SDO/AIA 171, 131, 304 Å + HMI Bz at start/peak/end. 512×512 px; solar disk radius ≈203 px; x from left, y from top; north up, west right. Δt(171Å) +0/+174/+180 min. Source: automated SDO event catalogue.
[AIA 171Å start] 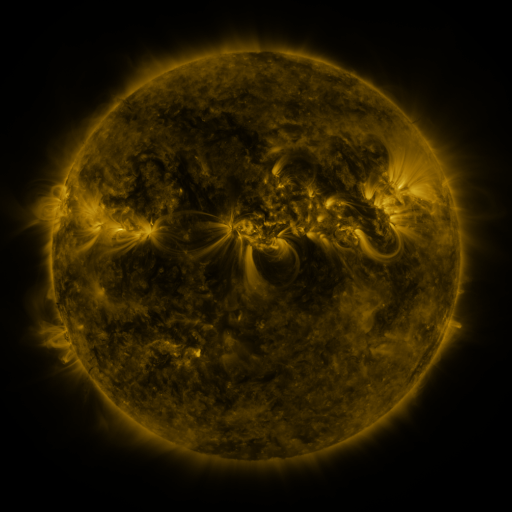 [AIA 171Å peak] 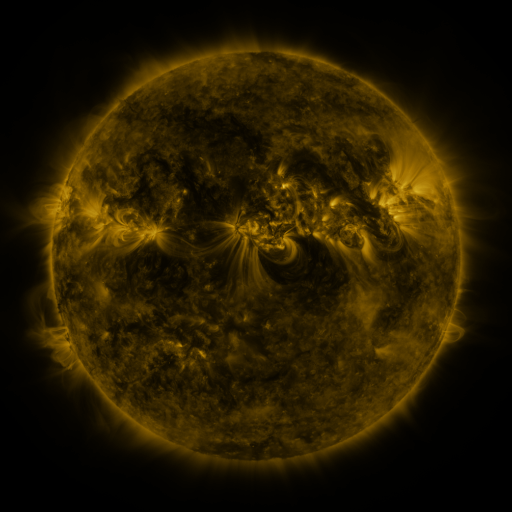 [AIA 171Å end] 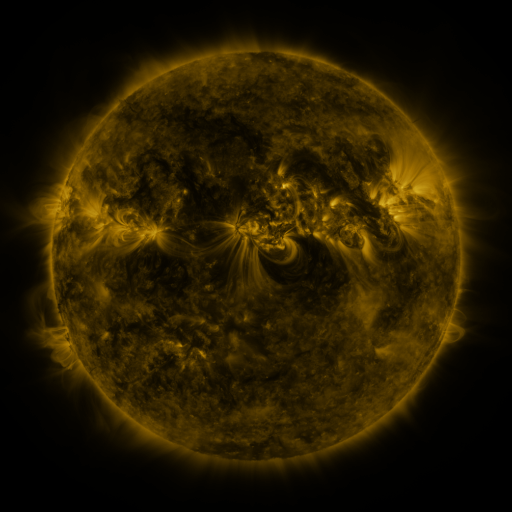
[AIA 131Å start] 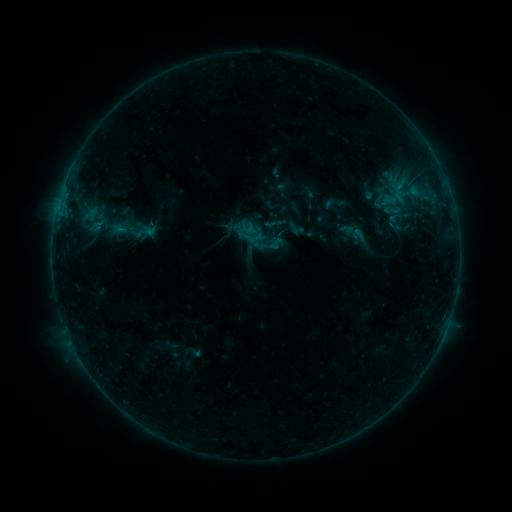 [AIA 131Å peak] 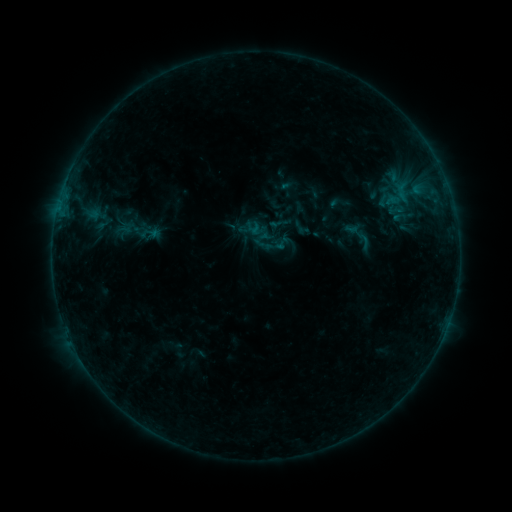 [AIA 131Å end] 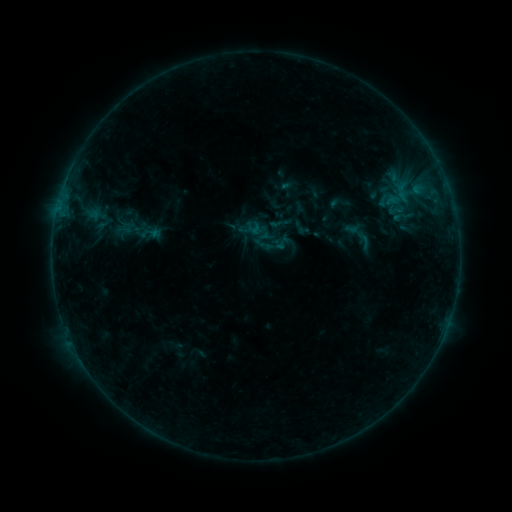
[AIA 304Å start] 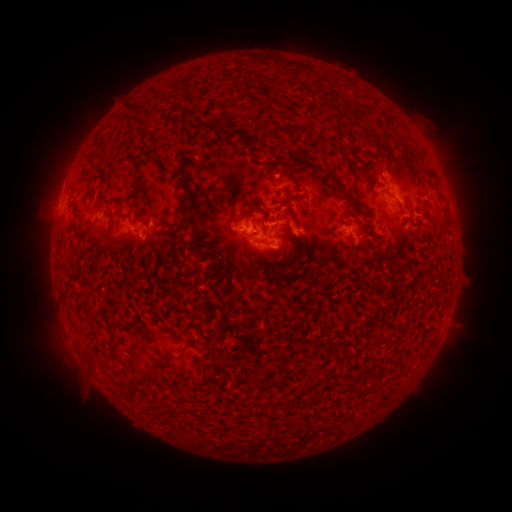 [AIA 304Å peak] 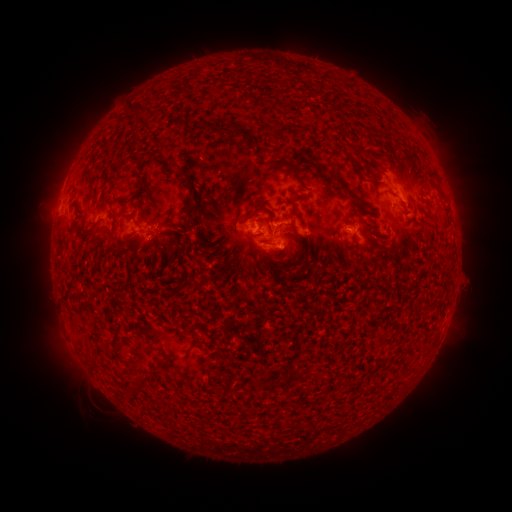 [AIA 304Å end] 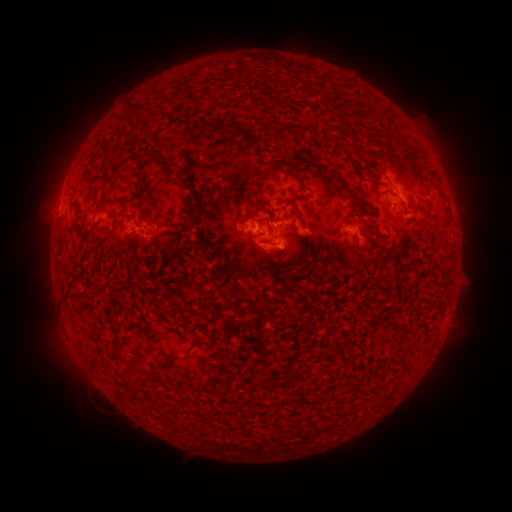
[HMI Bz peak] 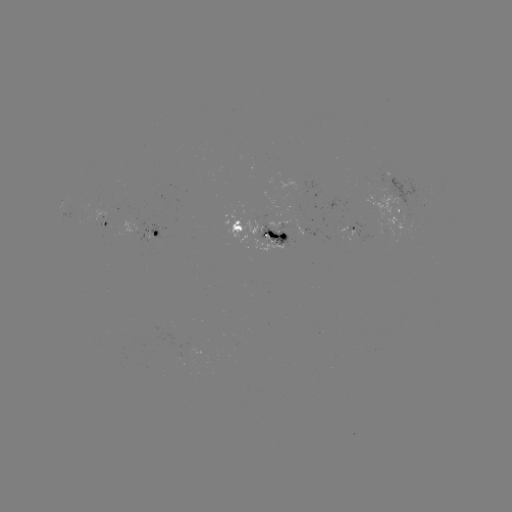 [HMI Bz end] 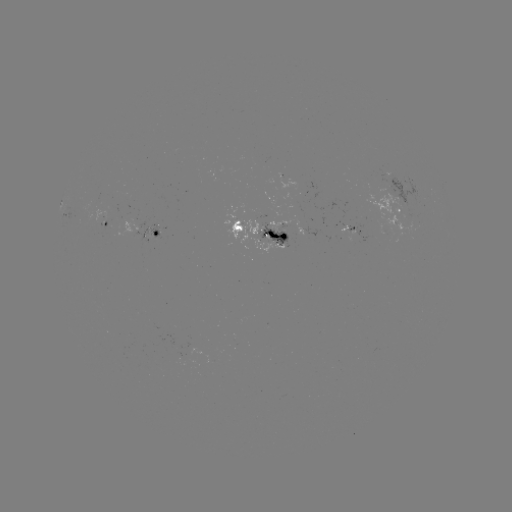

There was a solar emerging-flux region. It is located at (348, 229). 